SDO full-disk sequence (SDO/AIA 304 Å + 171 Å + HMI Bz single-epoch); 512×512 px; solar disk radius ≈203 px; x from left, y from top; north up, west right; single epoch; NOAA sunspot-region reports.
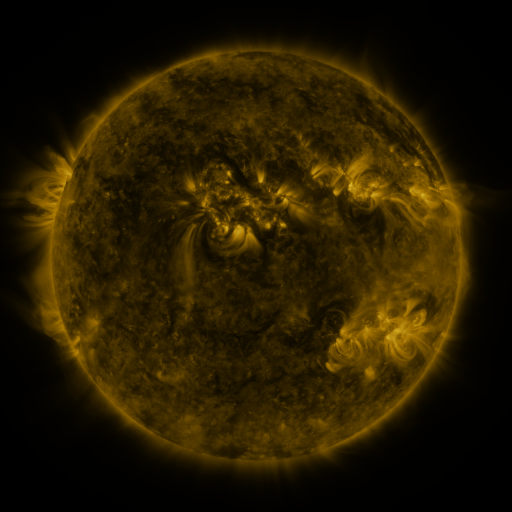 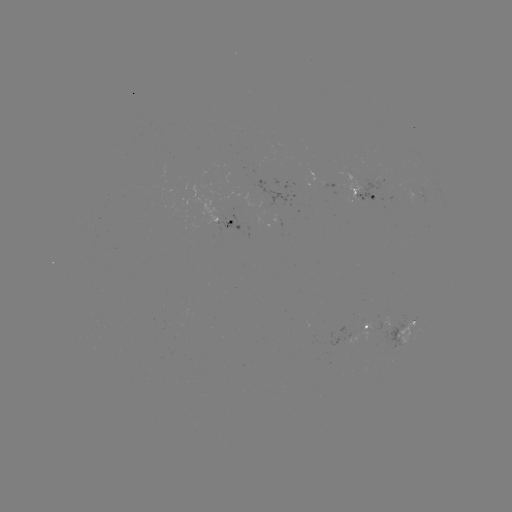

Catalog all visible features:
spotted active region: (367, 192)
spotted active region: (231, 227)
spotted active region: (388, 319)
spotted active region: (365, 329)
spotted active region: (404, 332)
